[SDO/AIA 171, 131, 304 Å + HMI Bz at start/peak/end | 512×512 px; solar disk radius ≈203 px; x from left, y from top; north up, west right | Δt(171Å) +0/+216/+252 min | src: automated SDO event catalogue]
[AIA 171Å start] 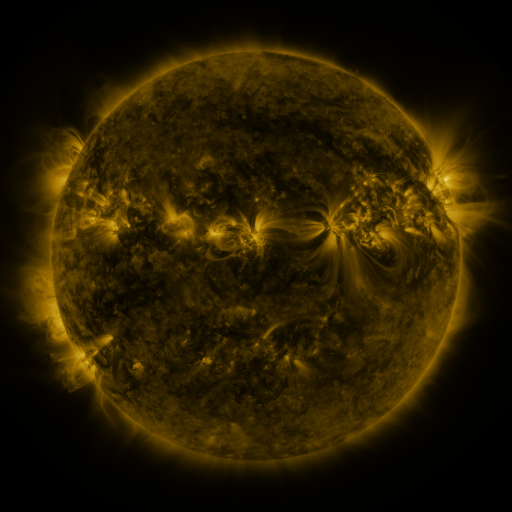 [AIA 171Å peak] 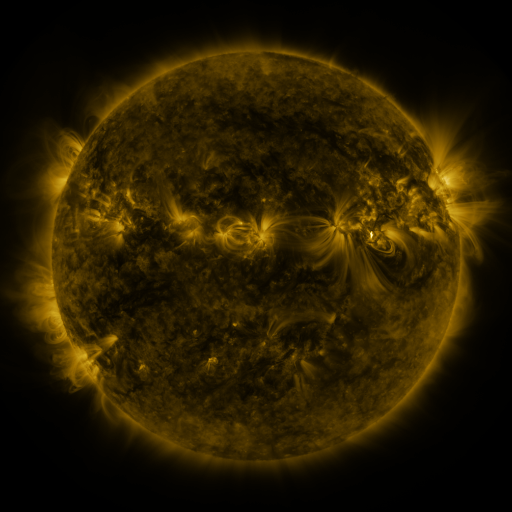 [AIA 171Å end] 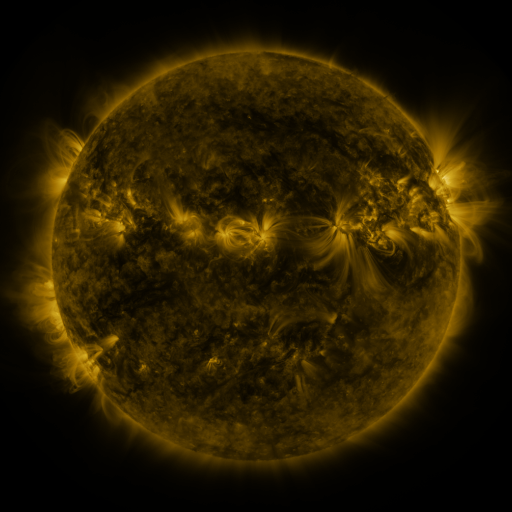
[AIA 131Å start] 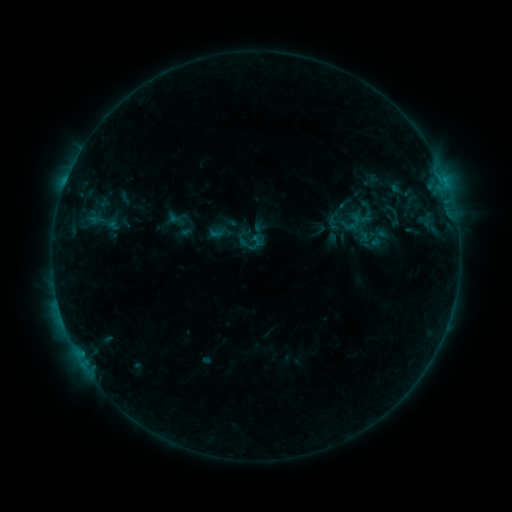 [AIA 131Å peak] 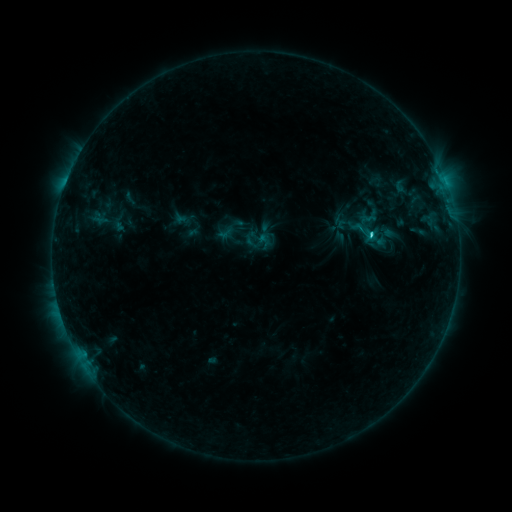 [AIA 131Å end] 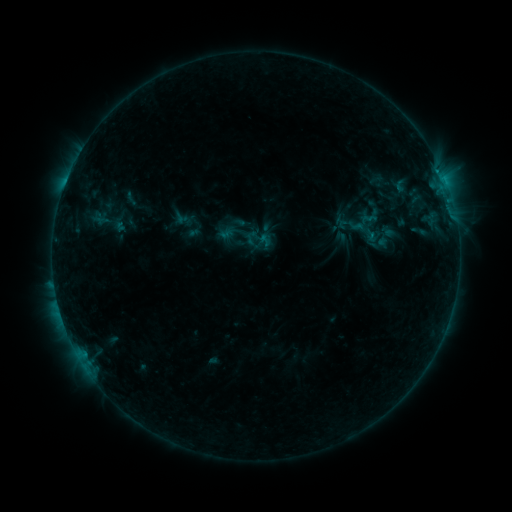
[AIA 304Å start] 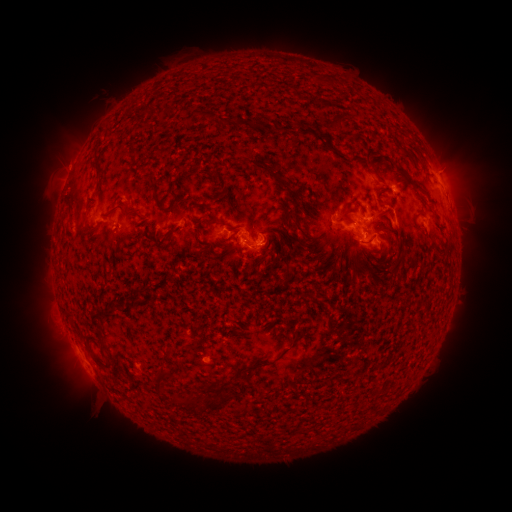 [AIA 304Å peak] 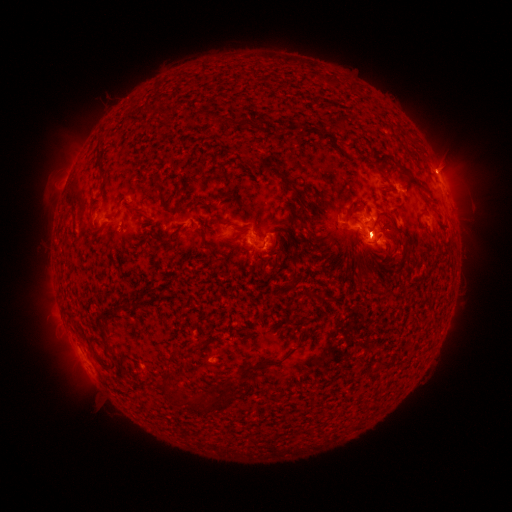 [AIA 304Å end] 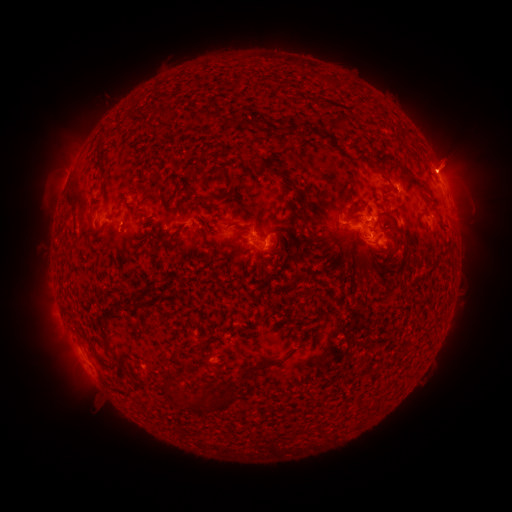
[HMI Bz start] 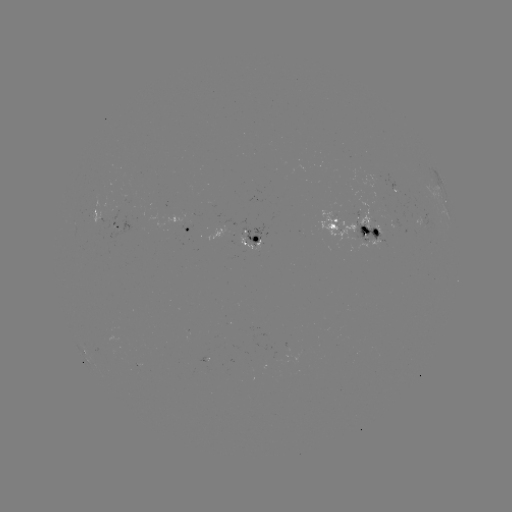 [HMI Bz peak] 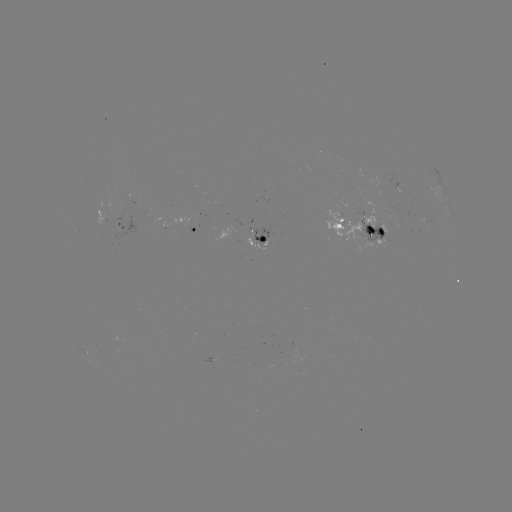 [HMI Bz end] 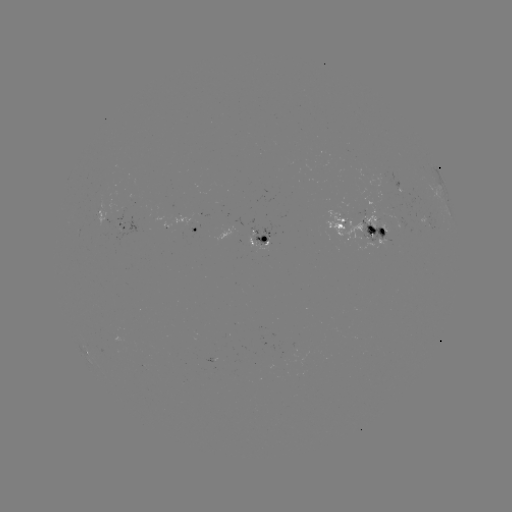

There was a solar emerging-flux region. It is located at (384, 222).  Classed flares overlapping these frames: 2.